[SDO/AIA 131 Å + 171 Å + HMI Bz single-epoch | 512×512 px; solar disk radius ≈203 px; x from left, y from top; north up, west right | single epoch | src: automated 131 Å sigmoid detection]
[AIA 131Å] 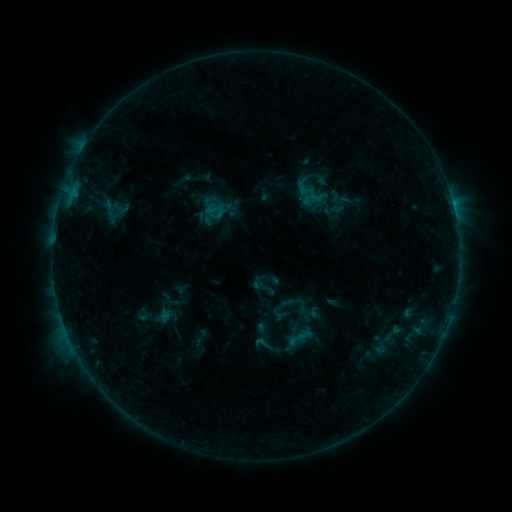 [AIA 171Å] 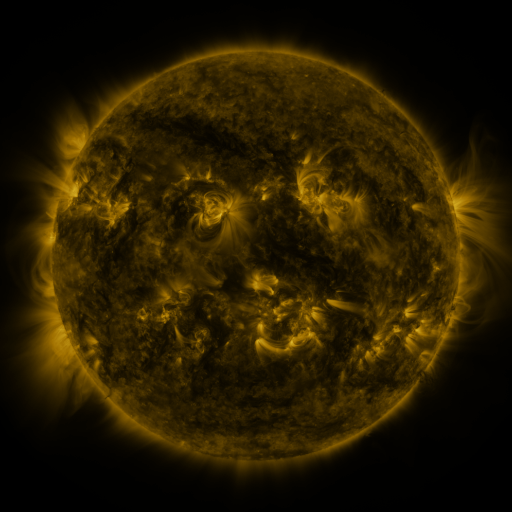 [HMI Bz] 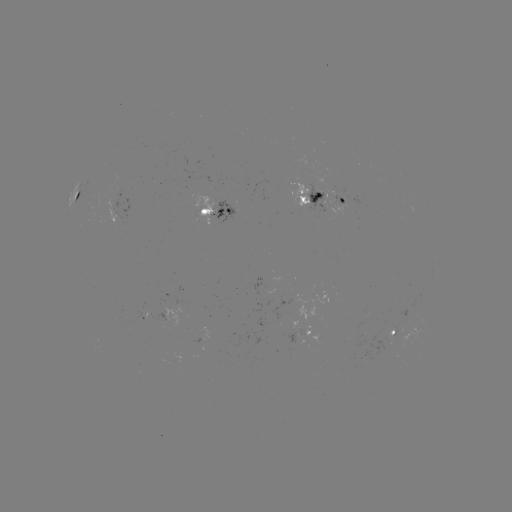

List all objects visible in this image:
sigmoid: <bbox>206, 201, 225, 221</bbox>
sigmoid: <bbox>253, 333, 275, 355</bbox>
